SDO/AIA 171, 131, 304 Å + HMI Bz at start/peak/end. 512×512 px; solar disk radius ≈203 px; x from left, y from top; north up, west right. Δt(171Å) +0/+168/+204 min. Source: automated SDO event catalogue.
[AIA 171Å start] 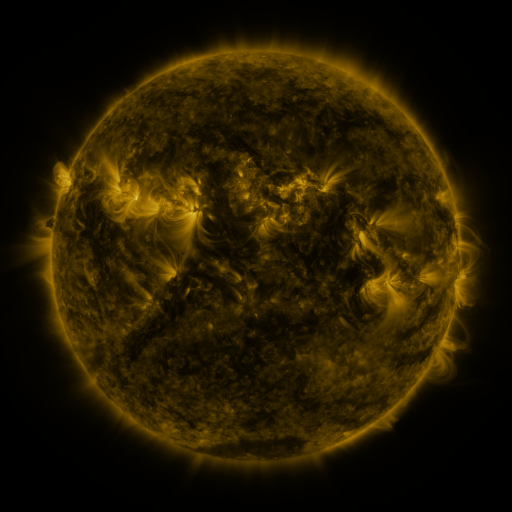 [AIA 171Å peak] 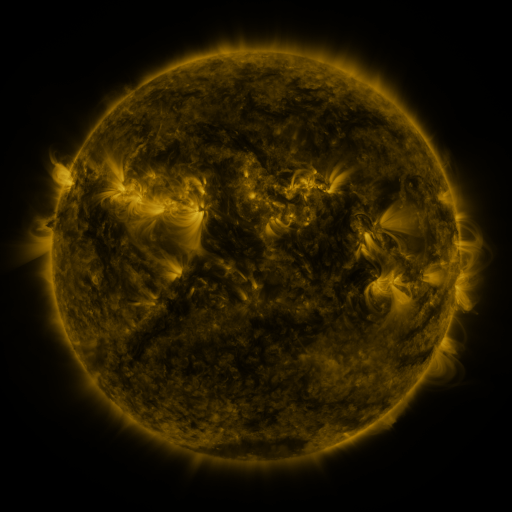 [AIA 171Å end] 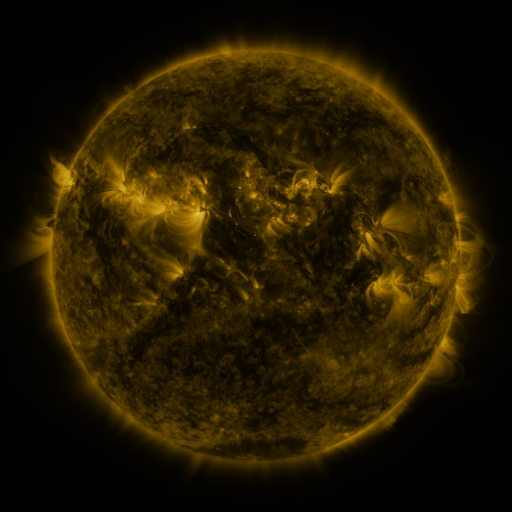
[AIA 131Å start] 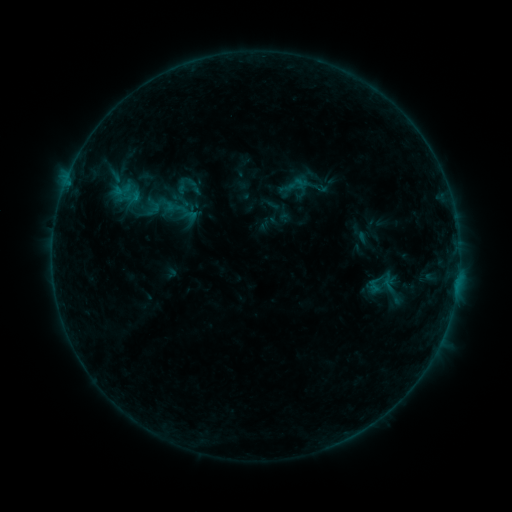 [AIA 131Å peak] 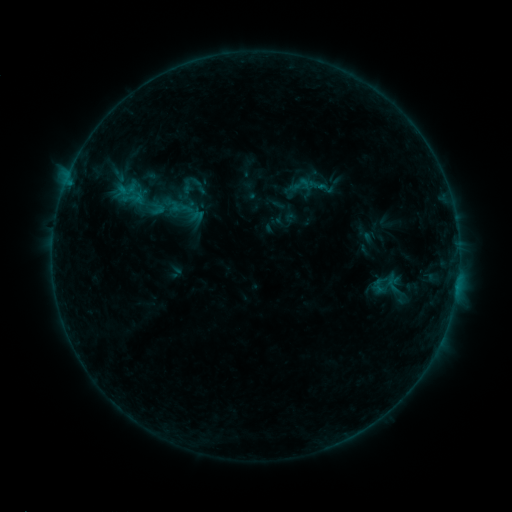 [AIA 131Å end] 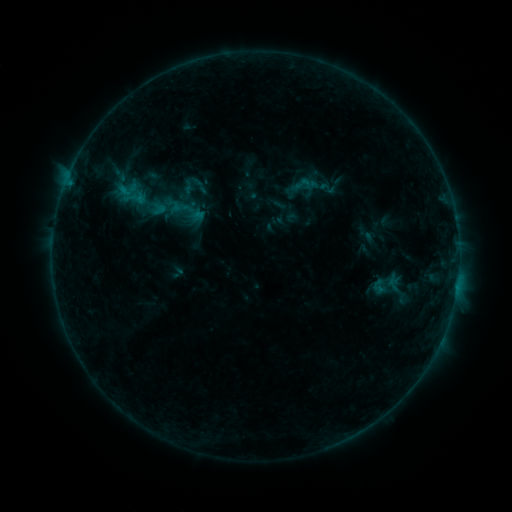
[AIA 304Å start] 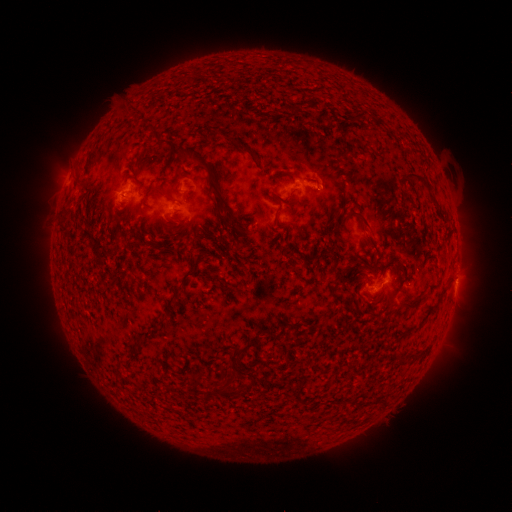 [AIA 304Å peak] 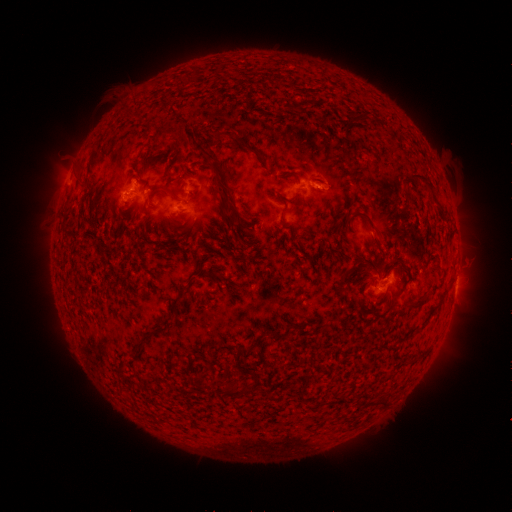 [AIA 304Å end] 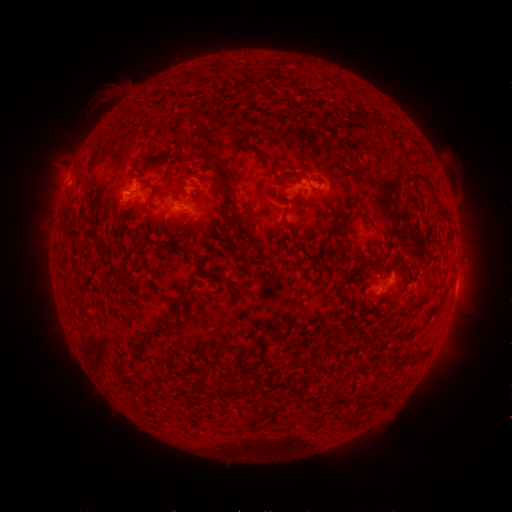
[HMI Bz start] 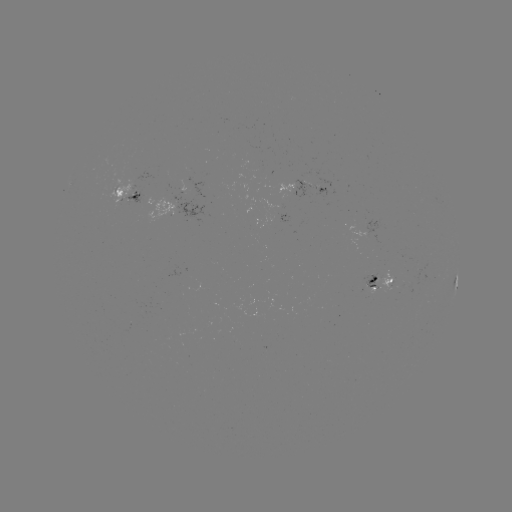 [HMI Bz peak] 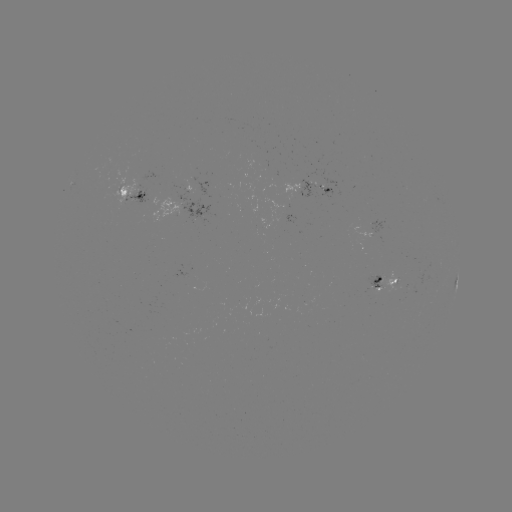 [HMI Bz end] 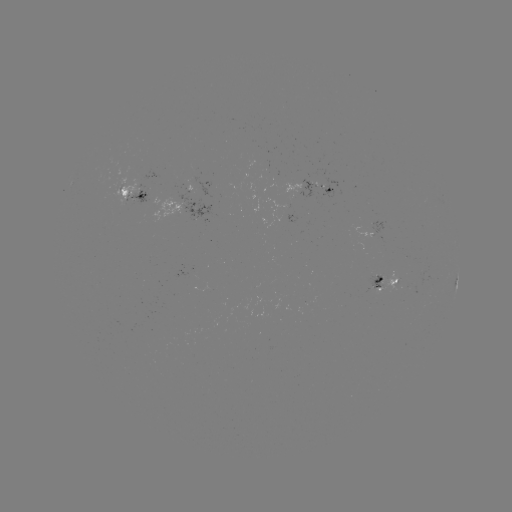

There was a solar emerging-flux region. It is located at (122, 190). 